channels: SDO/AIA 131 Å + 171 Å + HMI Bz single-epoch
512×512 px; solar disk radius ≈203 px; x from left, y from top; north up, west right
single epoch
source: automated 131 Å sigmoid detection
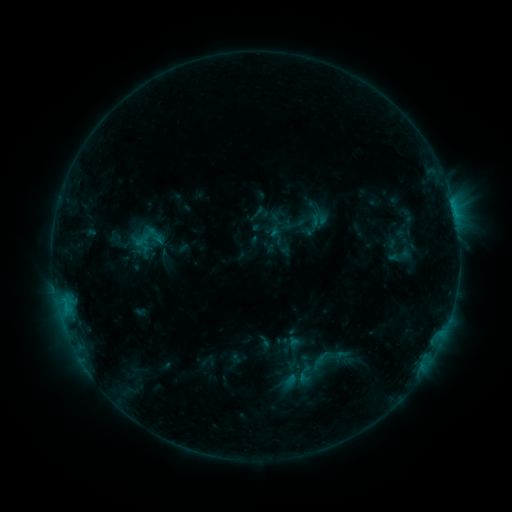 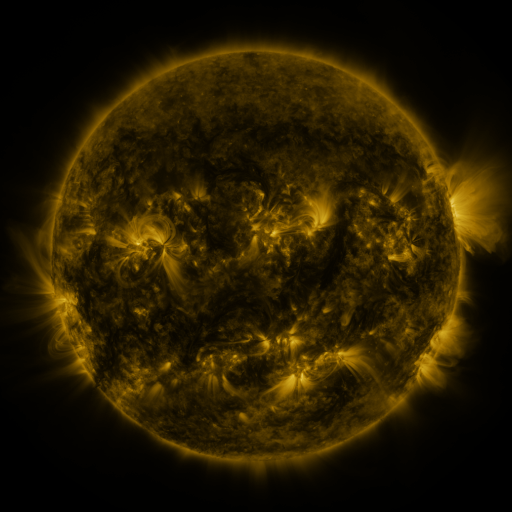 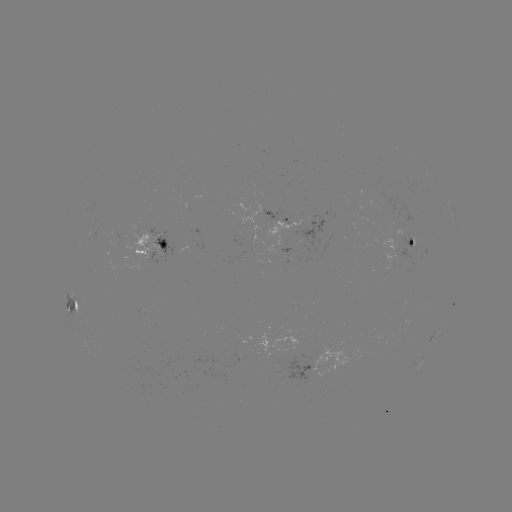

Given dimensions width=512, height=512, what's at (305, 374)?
sigmoid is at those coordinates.